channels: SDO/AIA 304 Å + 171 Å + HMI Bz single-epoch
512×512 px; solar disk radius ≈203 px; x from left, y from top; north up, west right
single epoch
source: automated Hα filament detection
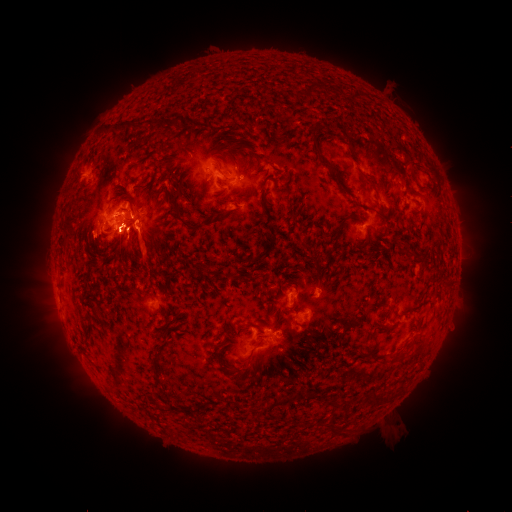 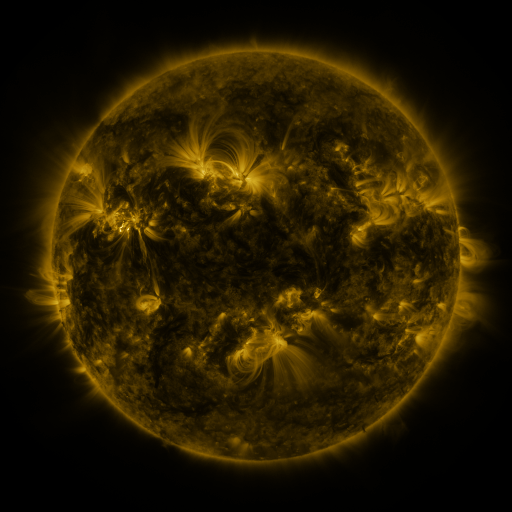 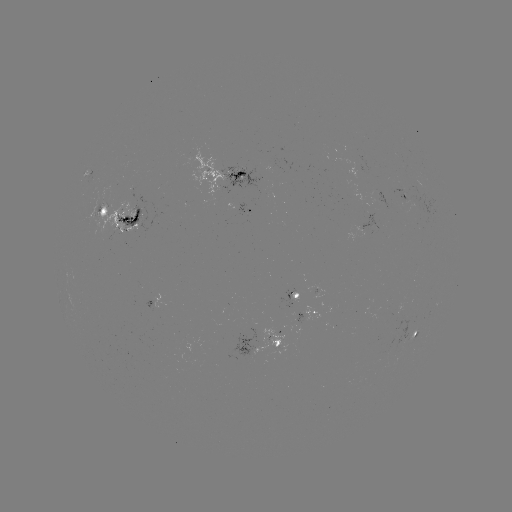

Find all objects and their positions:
filament: <bbox>306, 83, 318, 101</bbox>
filament: <bbox>114, 119, 135, 134</bbox>
filament: <bbox>138, 119, 147, 130</bbox>
filament: <bbox>188, 119, 199, 127</bbox>
filament: <bbox>311, 124, 335, 171</bbox>
filament: <bbox>409, 161, 420, 185</bbox>
filament: <bbox>235, 169, 246, 177</bbox>
filament: <bbox>364, 177, 379, 193</bbox>
filament: <bbox>171, 192, 182, 219</bbox>
filament: <bbox>256, 197, 276, 260</bbox>
filament: <bbox>131, 212, 140, 223</bbox>
filament: <bbox>332, 216, 349, 240</bbox>
filament: <bbox>180, 219, 199, 233</bbox>
filament: <bbox>128, 225, 141, 235</bbox>
filament: <bbox>312, 261, 320, 275</bbox>
filament: <bbox>236, 322, 254, 332</bbox>
filament: <bbox>215, 348, 223, 359</bbox>
filament: <bbox>243, 351, 252, 361</bbox>
filament: <bbox>307, 389, 321, 401</bbox>
filament: <bbox>294, 390, 303, 399</bbox>
filament: <bbox>367, 393, 386, 406</bbox>
filament: <bbox>269, 394, 291, 409</bbox>
